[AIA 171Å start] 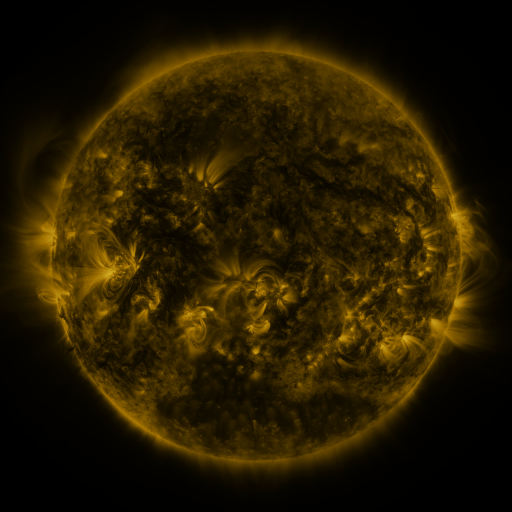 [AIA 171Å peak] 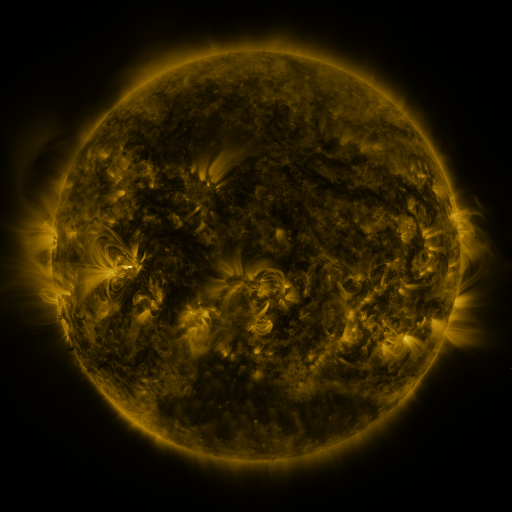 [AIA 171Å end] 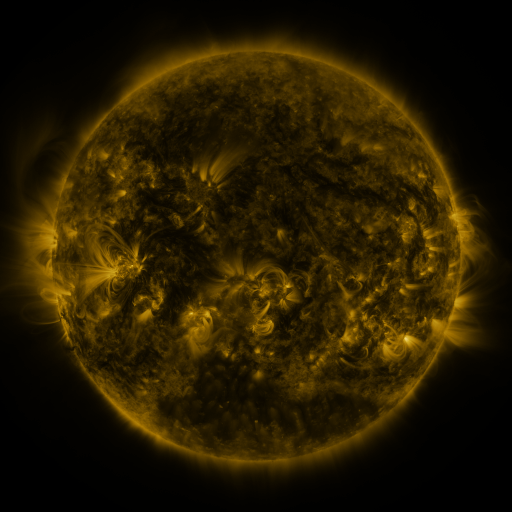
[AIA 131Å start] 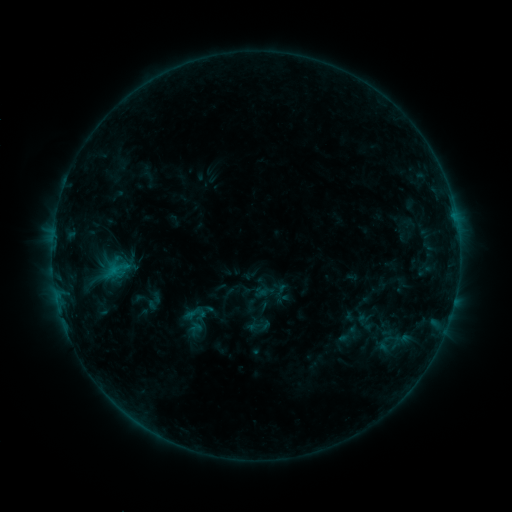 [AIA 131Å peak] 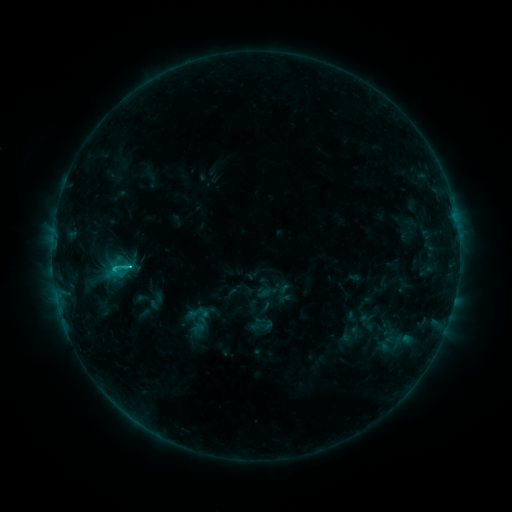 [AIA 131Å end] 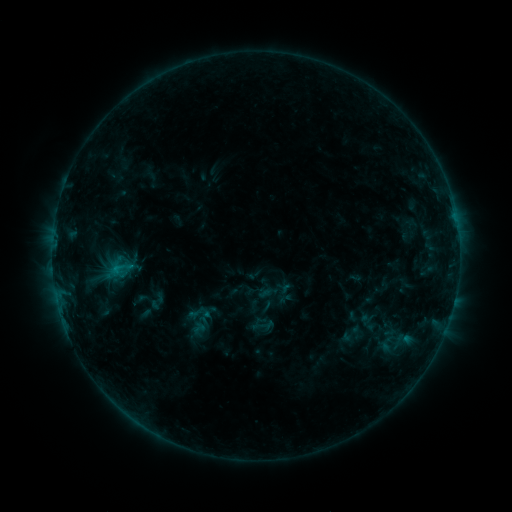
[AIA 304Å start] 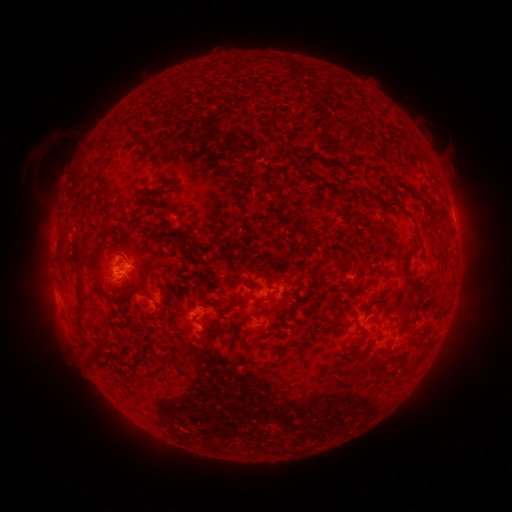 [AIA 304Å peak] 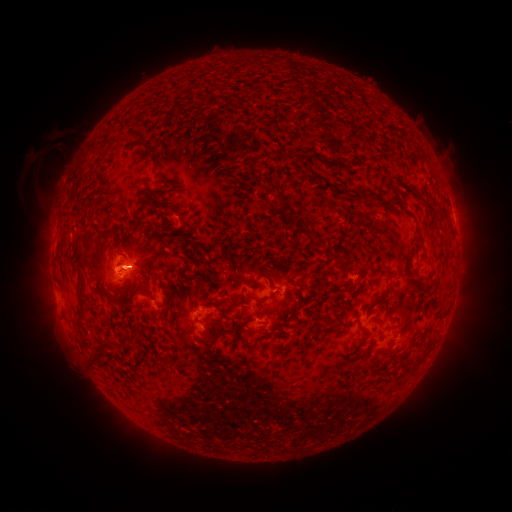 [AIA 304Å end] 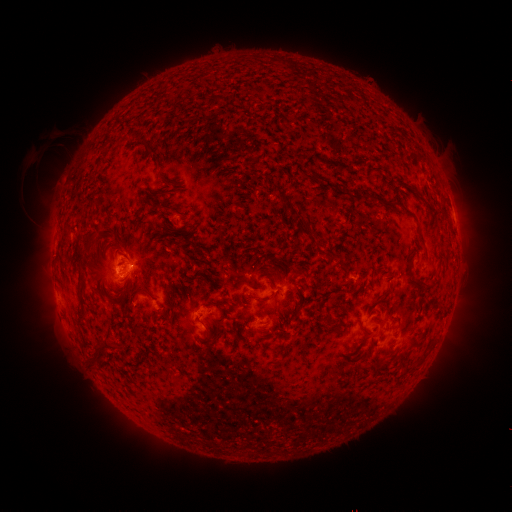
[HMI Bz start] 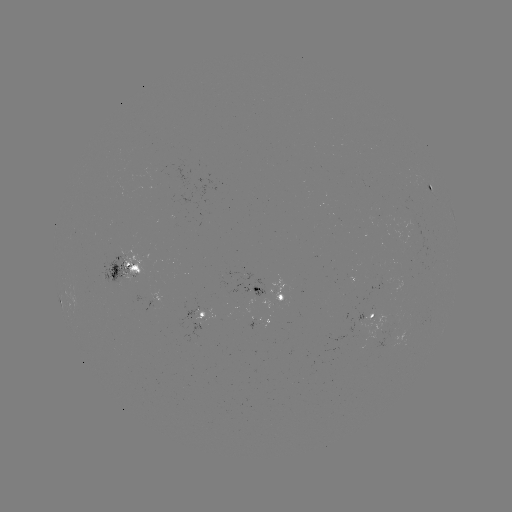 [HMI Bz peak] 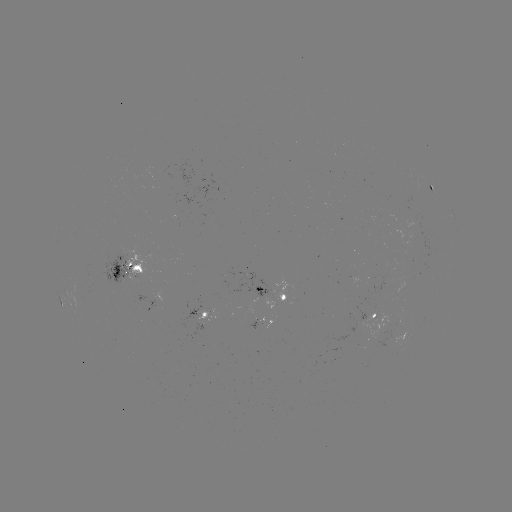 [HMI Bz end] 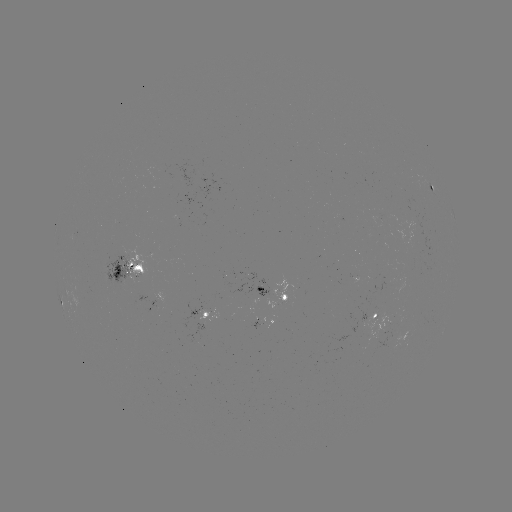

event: emerging-flux region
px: (110, 271)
